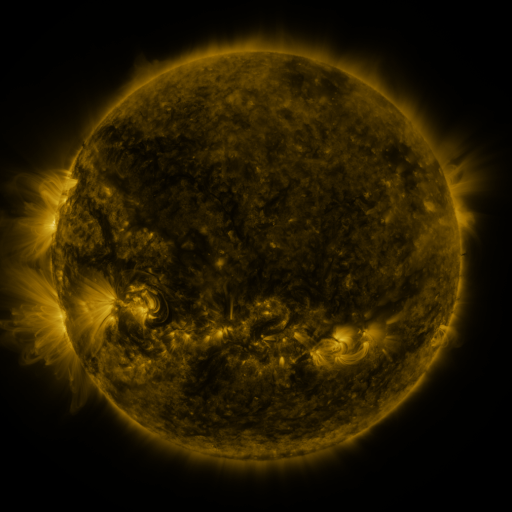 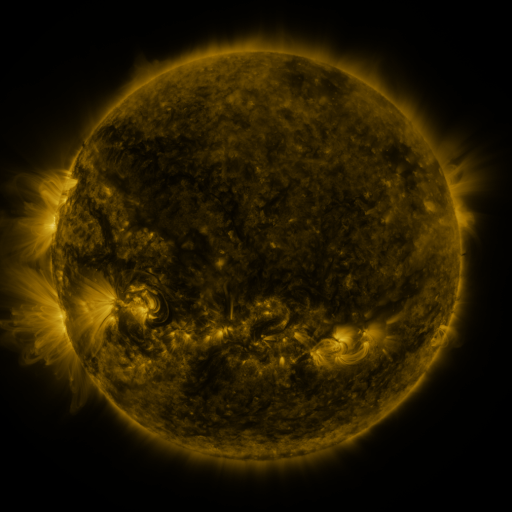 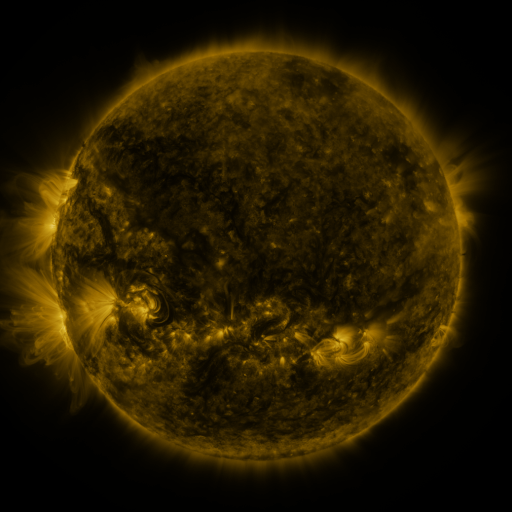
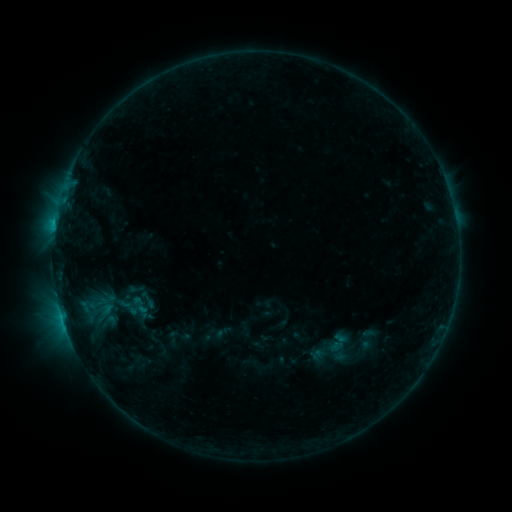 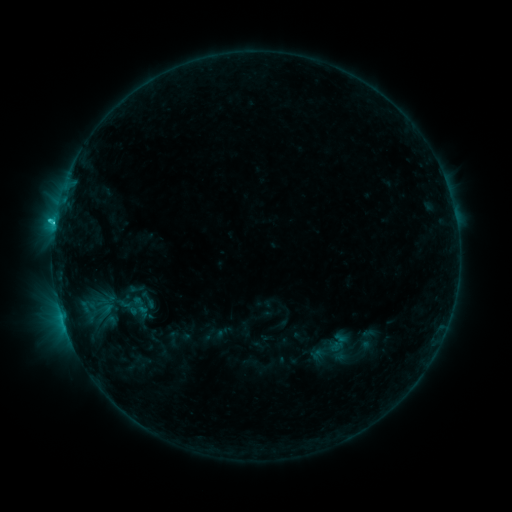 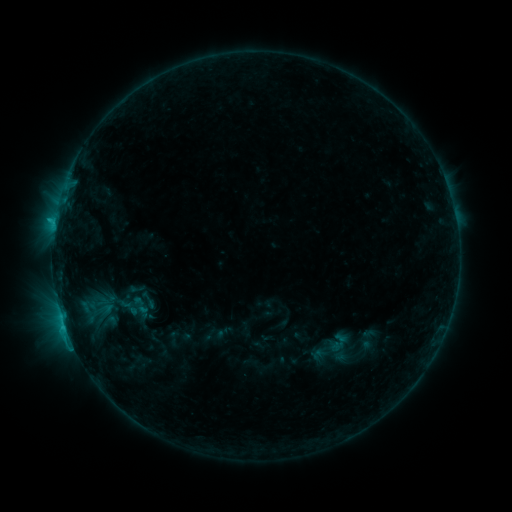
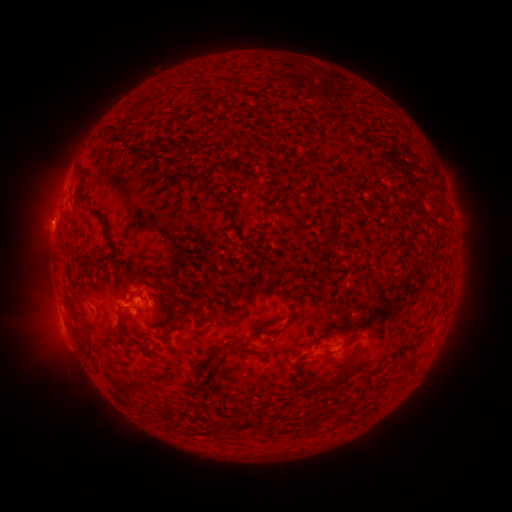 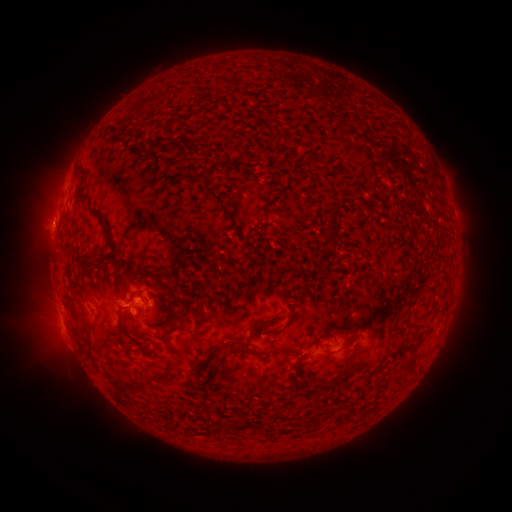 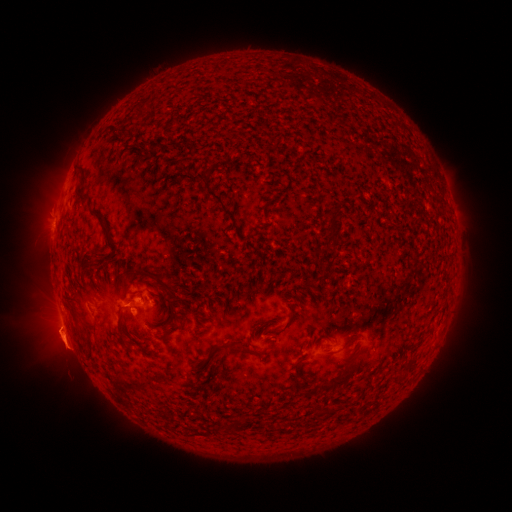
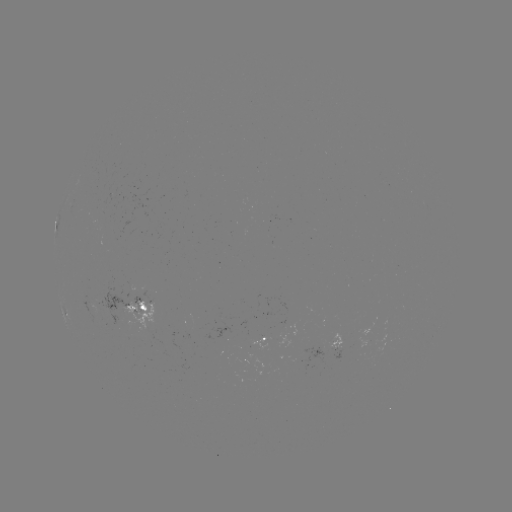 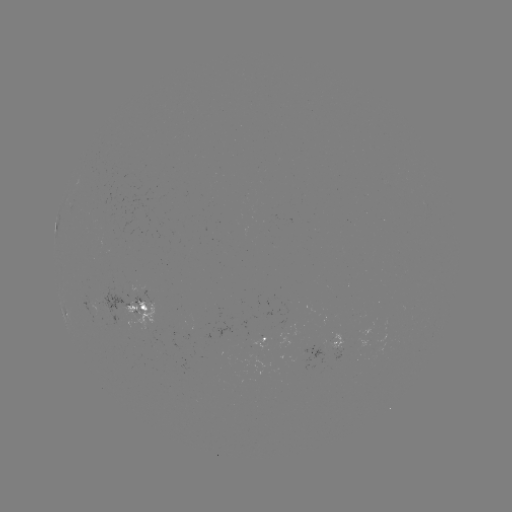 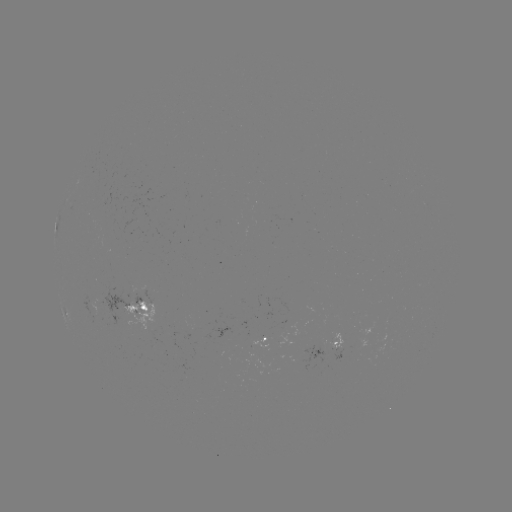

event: flare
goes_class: C1.1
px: (138, 310)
